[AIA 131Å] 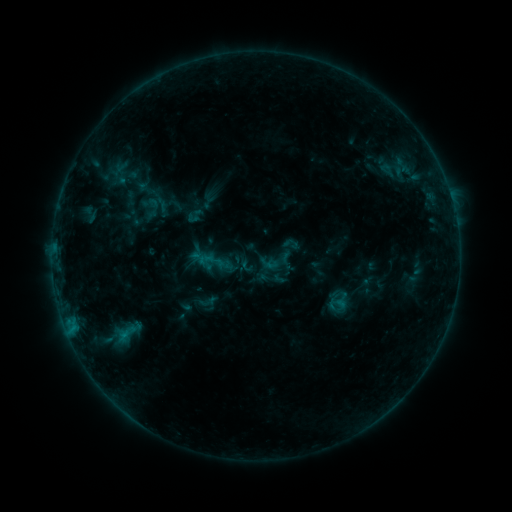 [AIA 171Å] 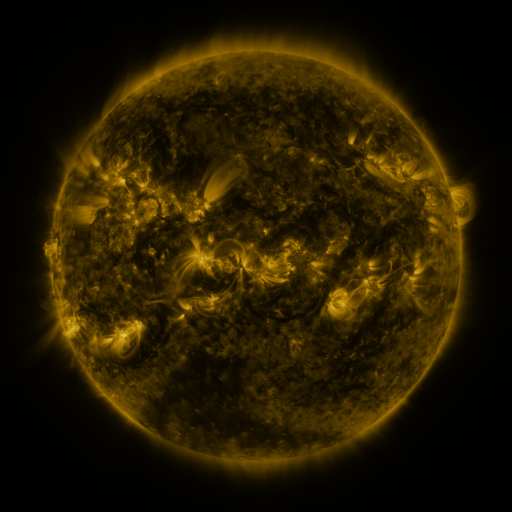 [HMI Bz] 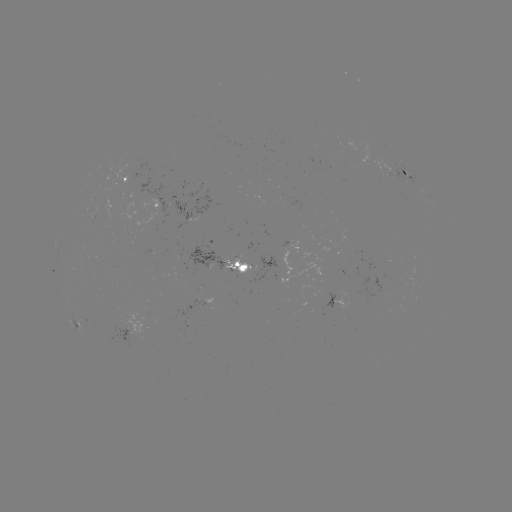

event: sigmoid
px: (195, 216)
